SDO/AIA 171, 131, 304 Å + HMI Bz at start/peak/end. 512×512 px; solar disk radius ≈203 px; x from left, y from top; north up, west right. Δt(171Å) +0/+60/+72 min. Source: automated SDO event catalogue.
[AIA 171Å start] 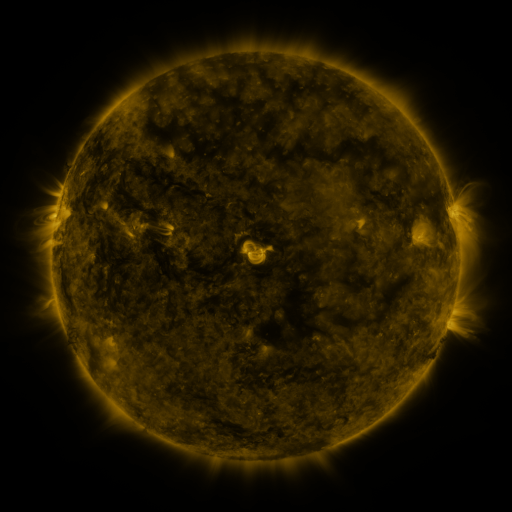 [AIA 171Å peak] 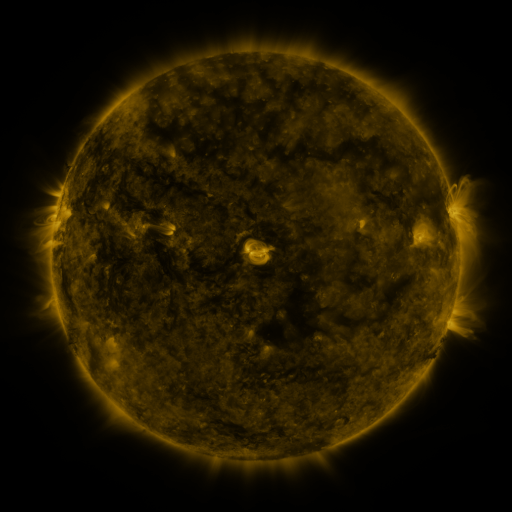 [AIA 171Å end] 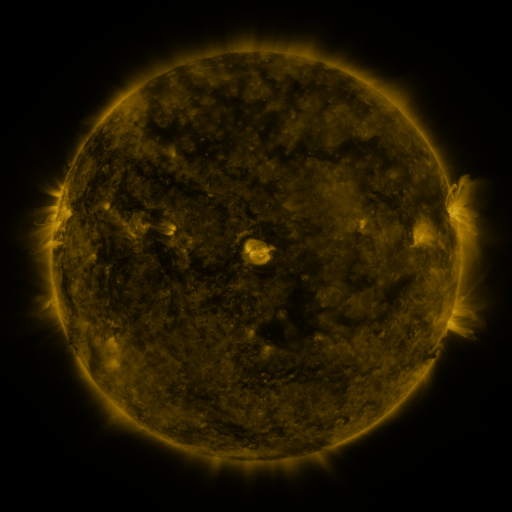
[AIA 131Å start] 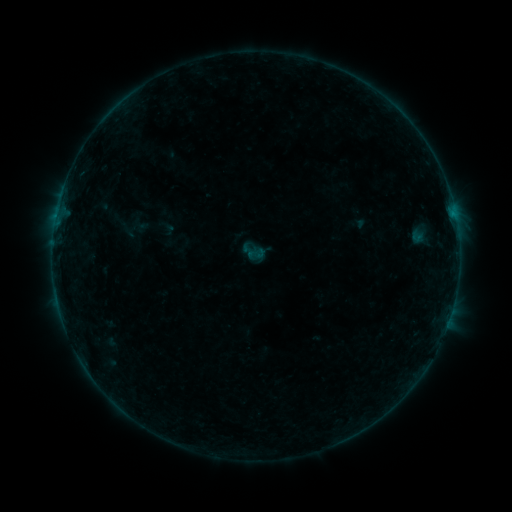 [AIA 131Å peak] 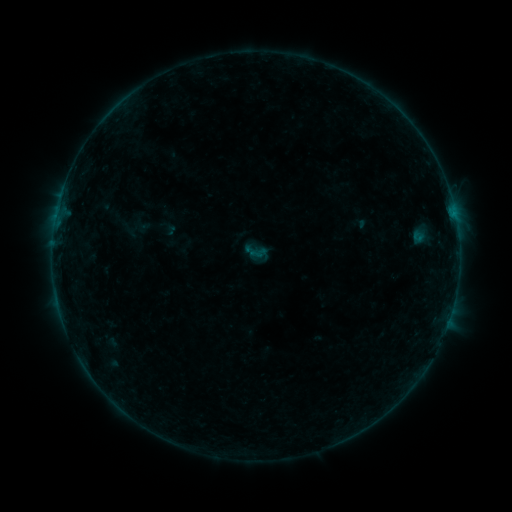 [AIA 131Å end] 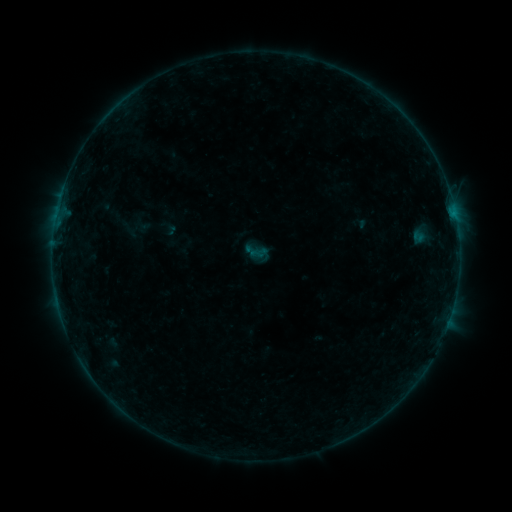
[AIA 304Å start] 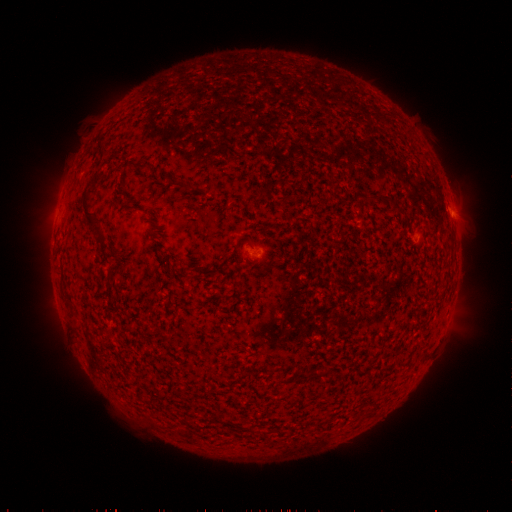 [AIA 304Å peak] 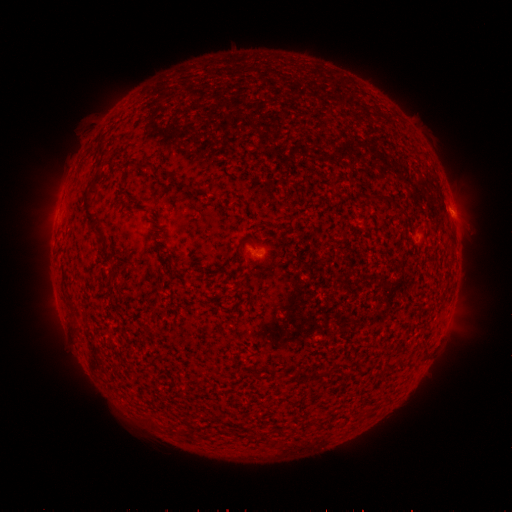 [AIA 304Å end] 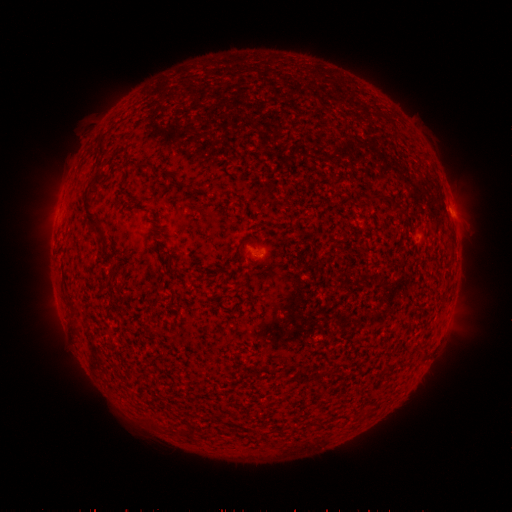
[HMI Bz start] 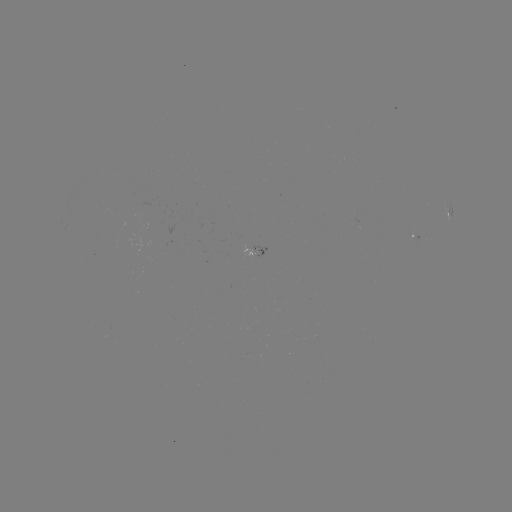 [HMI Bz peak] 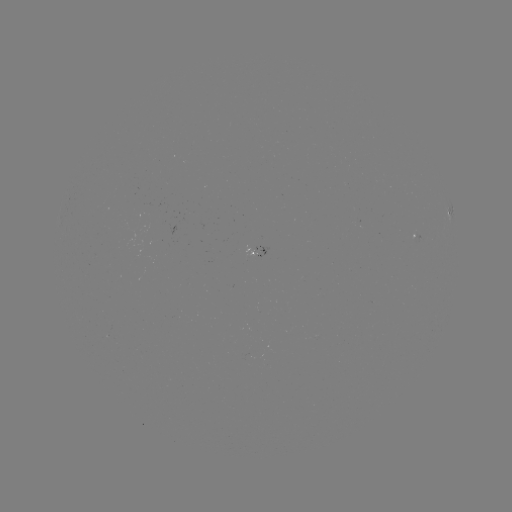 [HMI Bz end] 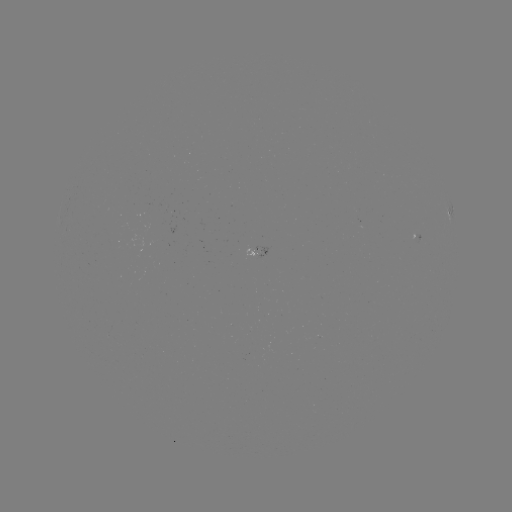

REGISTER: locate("emerging-flux region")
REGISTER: [259, 253]